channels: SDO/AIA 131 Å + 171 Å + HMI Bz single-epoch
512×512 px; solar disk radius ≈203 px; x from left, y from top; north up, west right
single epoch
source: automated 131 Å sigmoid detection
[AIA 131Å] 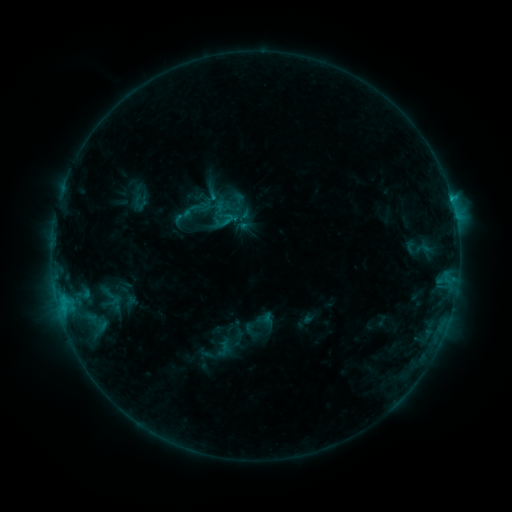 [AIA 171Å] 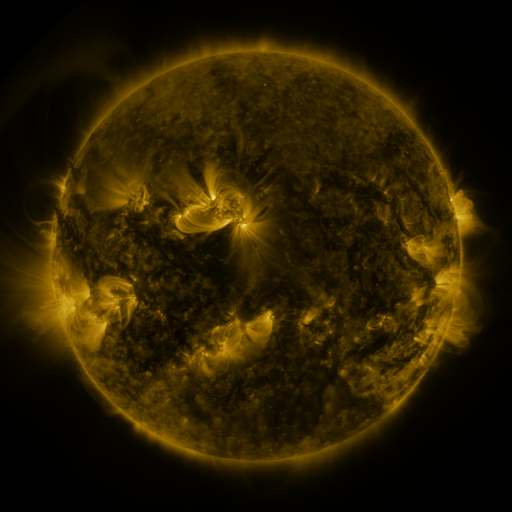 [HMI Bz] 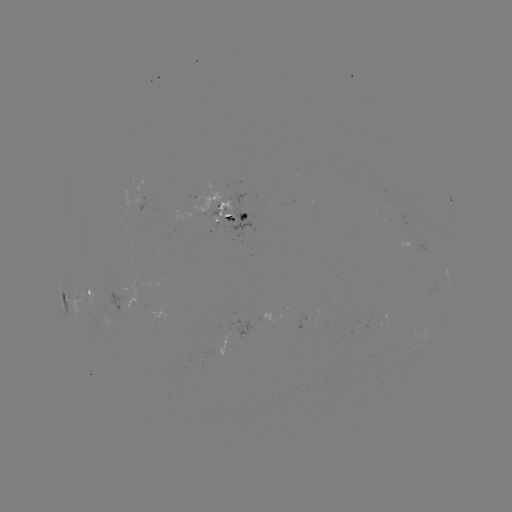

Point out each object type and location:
sigmoid: (220, 211, 237, 228)
